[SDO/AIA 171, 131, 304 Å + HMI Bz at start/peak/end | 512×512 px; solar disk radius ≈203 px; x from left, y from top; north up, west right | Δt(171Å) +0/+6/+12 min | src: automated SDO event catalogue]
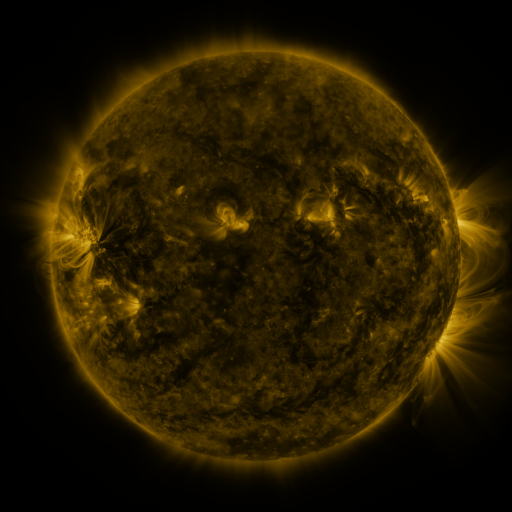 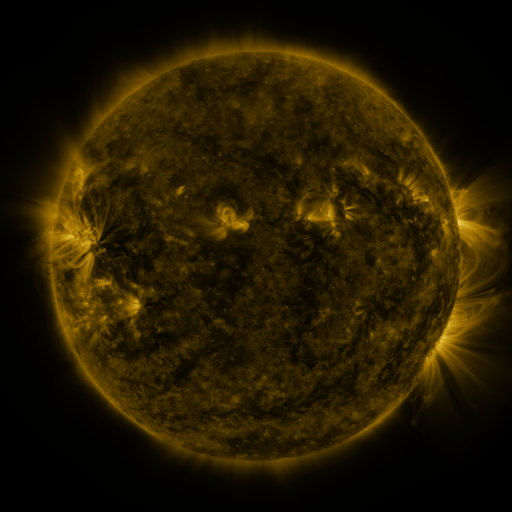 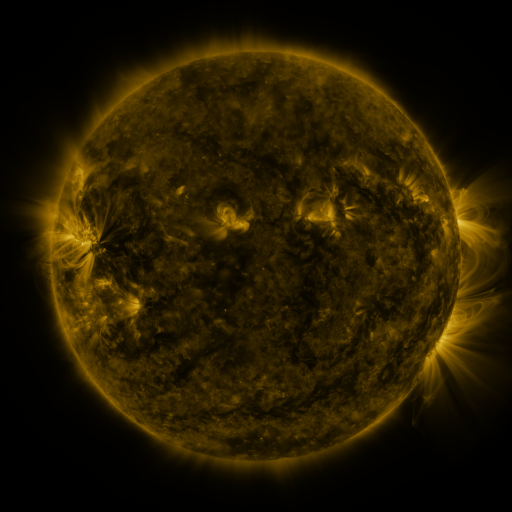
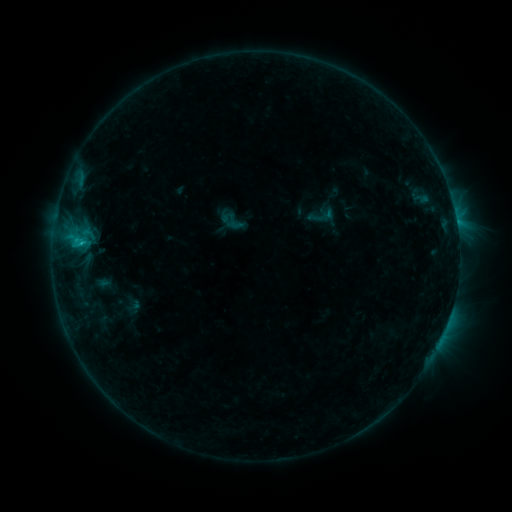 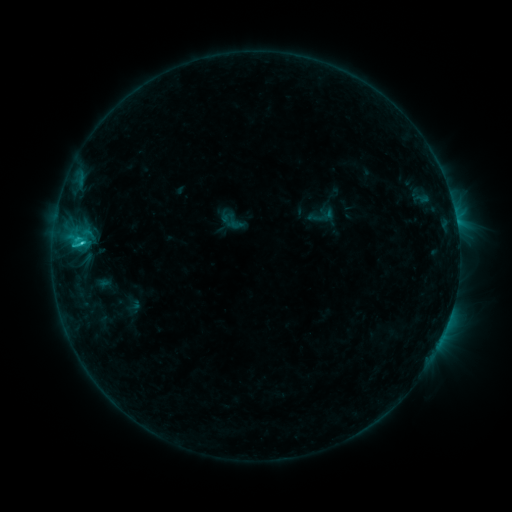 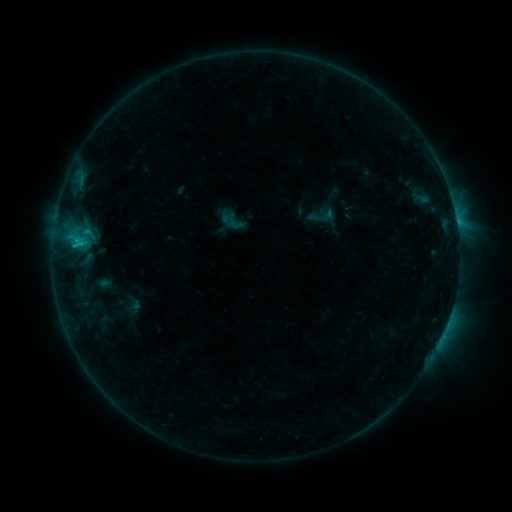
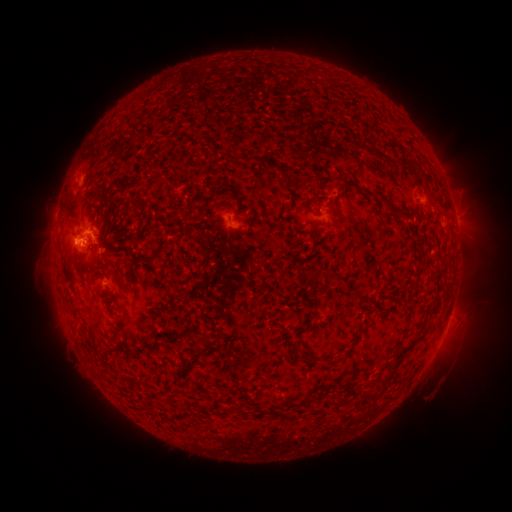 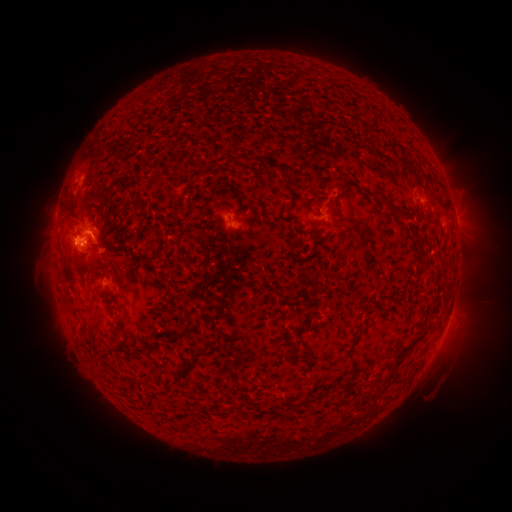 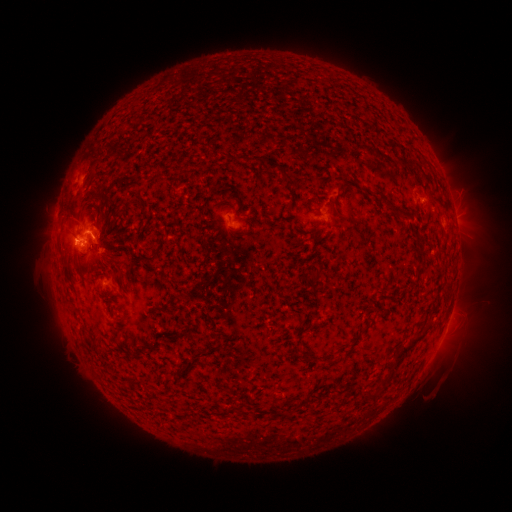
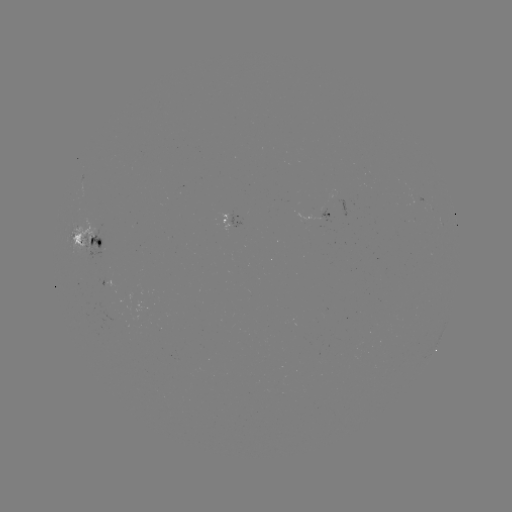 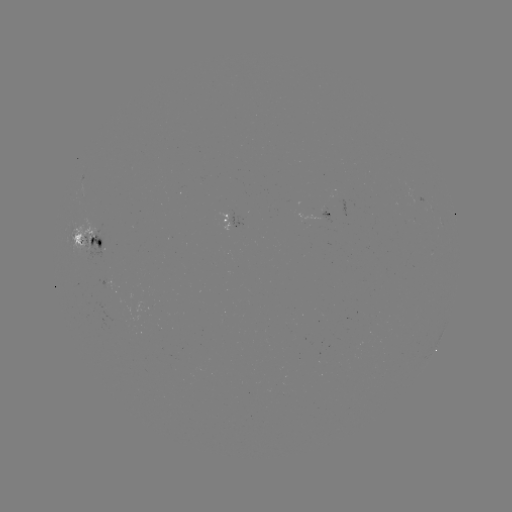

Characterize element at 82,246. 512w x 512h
C1.9 flare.